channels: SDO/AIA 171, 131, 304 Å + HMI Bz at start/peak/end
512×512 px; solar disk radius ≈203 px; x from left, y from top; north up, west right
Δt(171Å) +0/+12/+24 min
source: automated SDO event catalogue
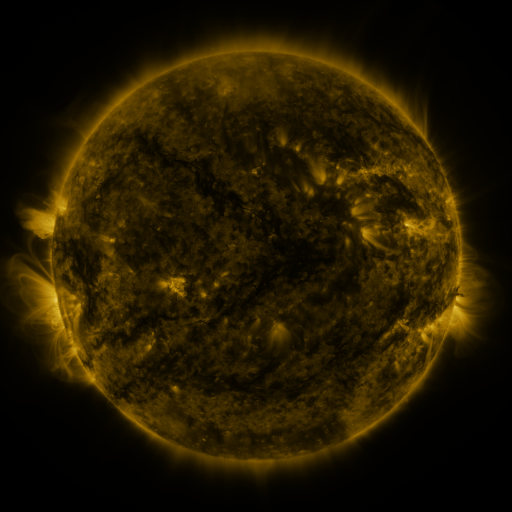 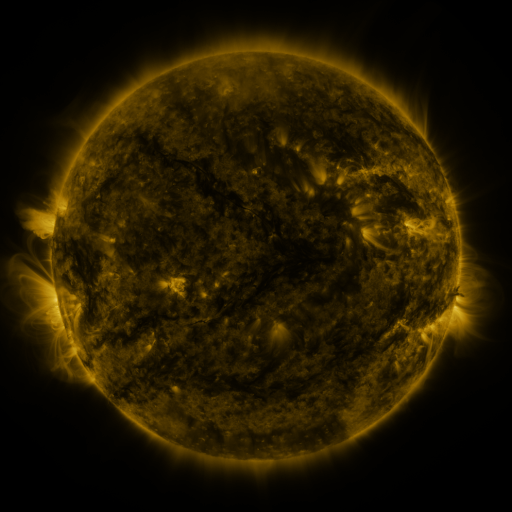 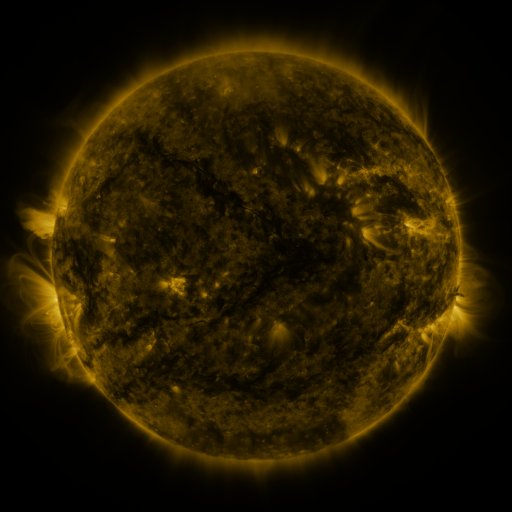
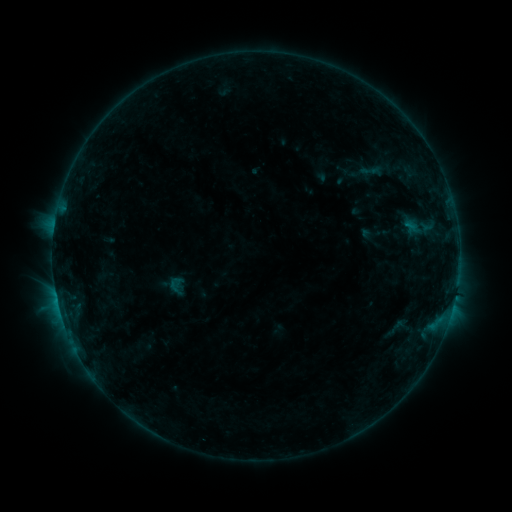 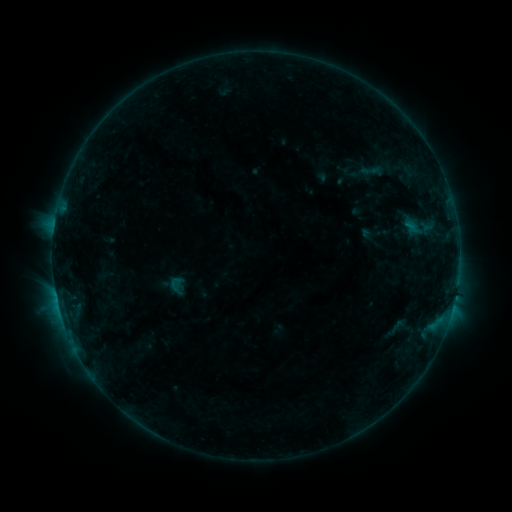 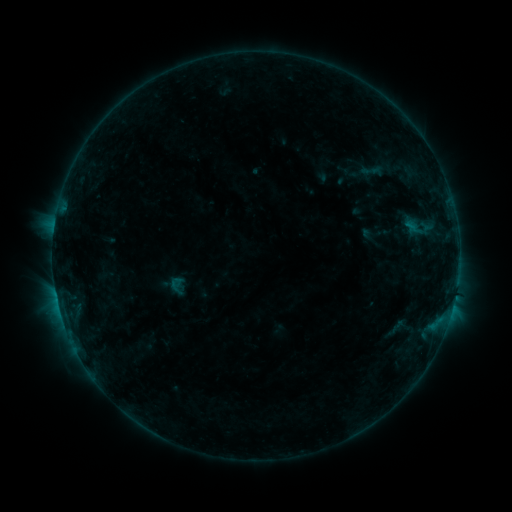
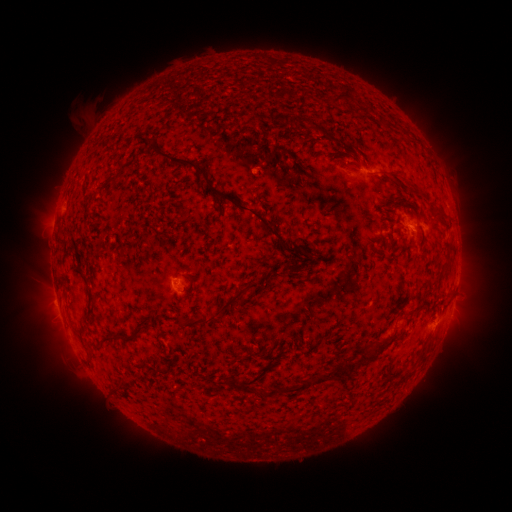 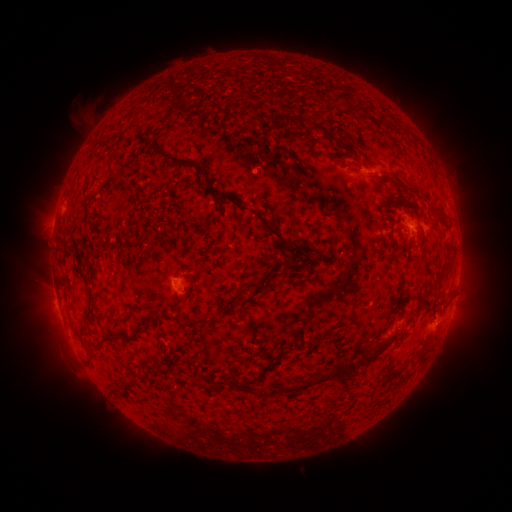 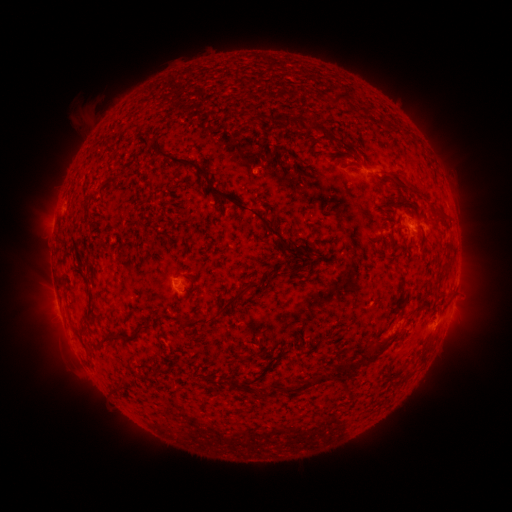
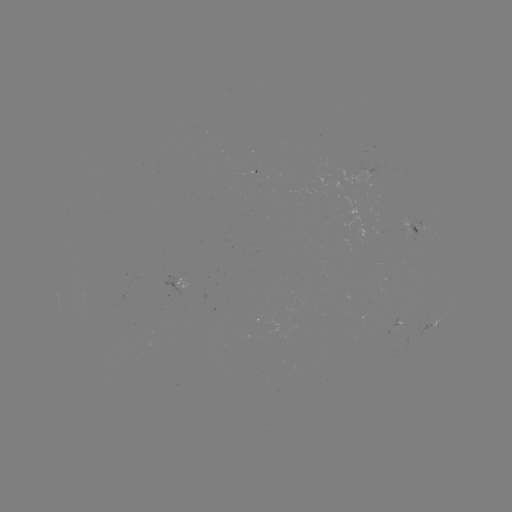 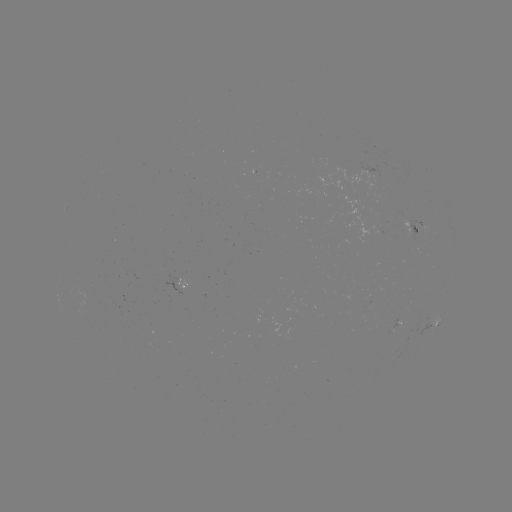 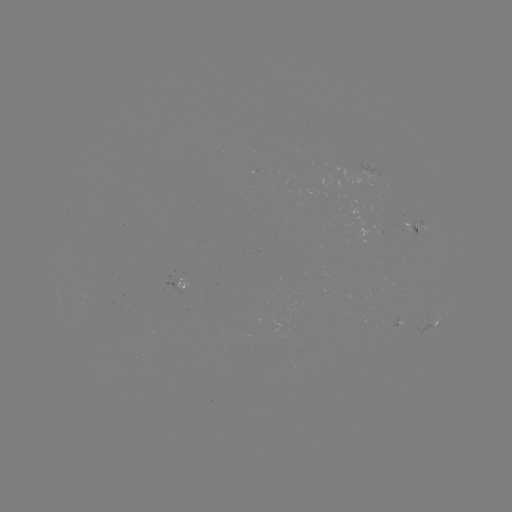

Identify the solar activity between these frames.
no classed flare was catalogued and no EUV brightening was flagged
